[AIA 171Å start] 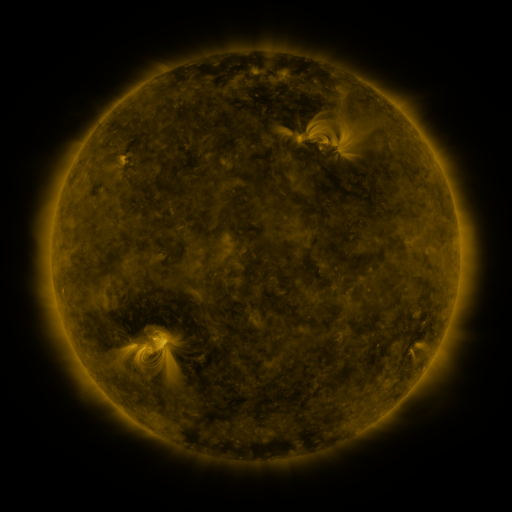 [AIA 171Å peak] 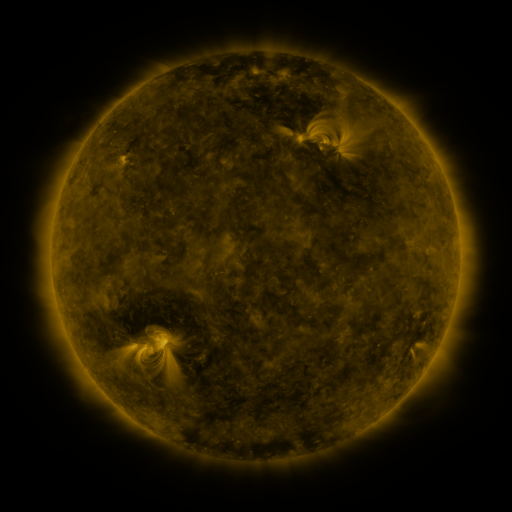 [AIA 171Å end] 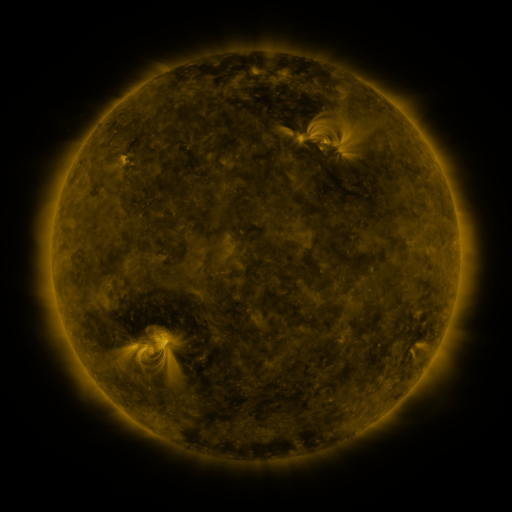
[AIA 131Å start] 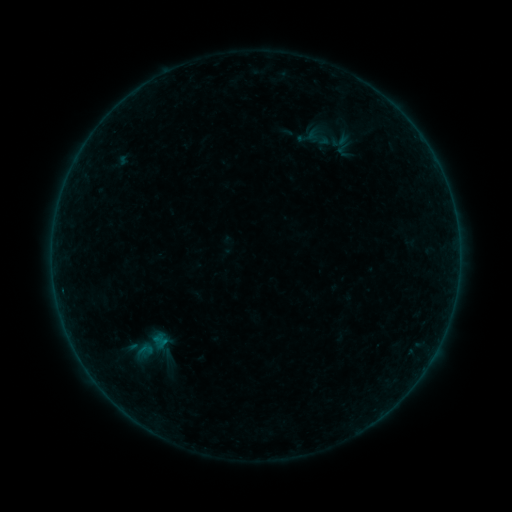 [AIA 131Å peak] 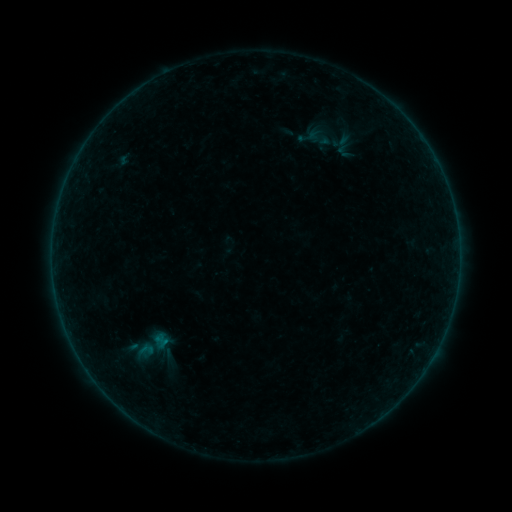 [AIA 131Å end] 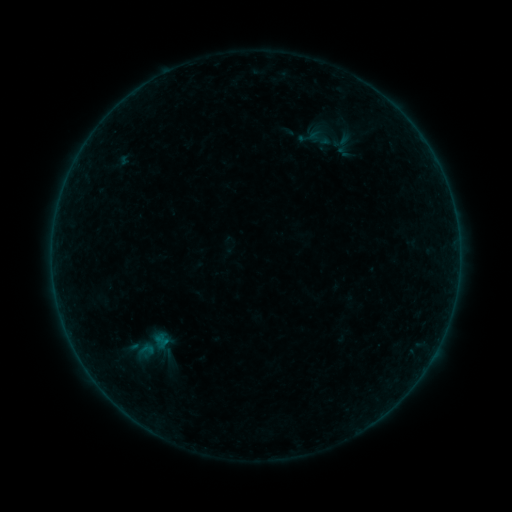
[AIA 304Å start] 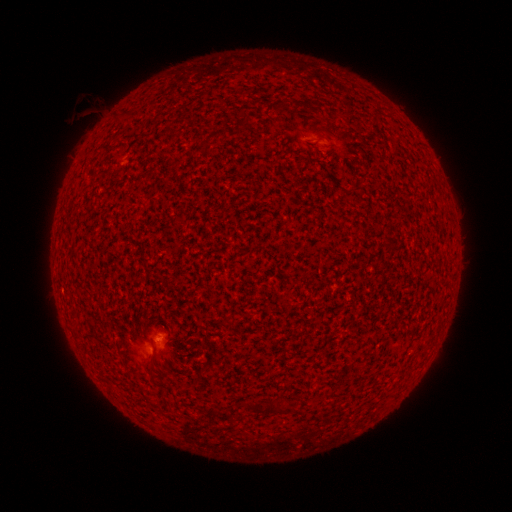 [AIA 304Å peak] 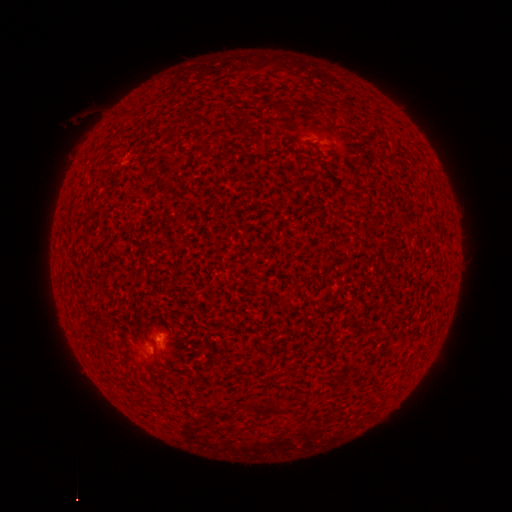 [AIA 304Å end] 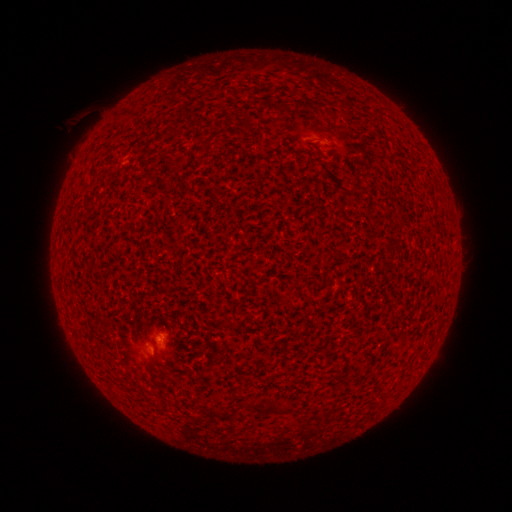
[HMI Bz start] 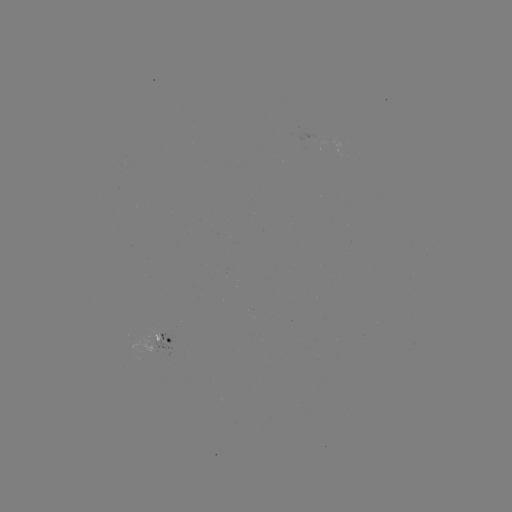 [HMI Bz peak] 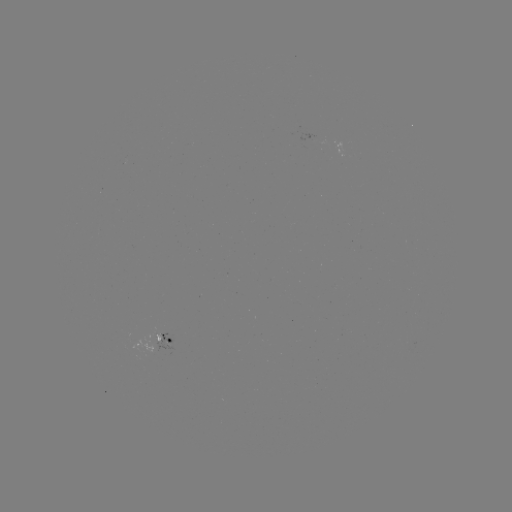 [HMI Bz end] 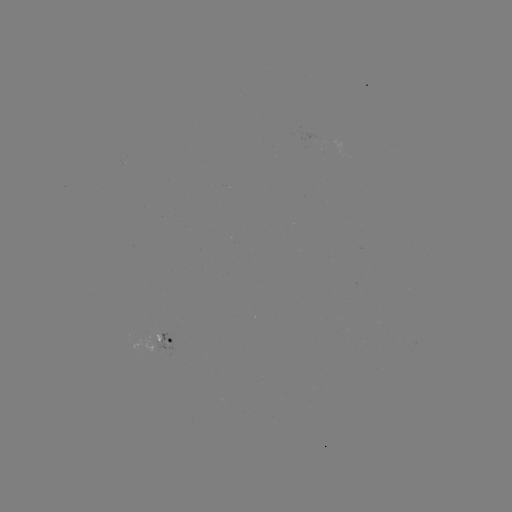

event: flare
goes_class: A9.7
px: (150, 345)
